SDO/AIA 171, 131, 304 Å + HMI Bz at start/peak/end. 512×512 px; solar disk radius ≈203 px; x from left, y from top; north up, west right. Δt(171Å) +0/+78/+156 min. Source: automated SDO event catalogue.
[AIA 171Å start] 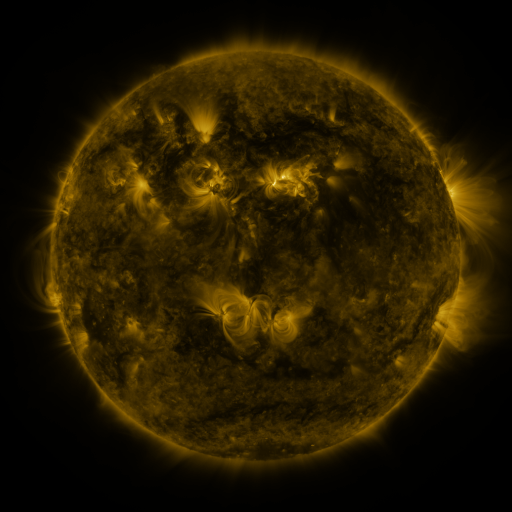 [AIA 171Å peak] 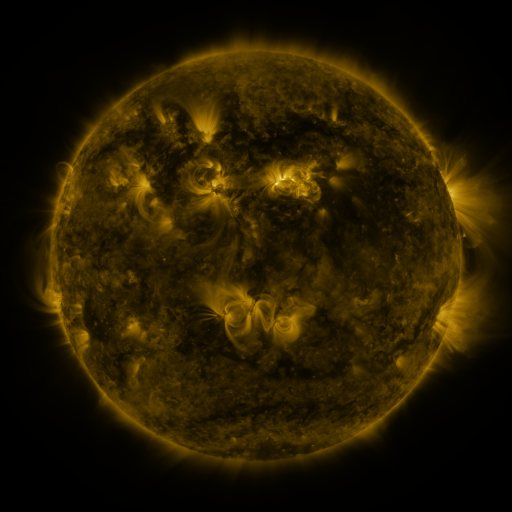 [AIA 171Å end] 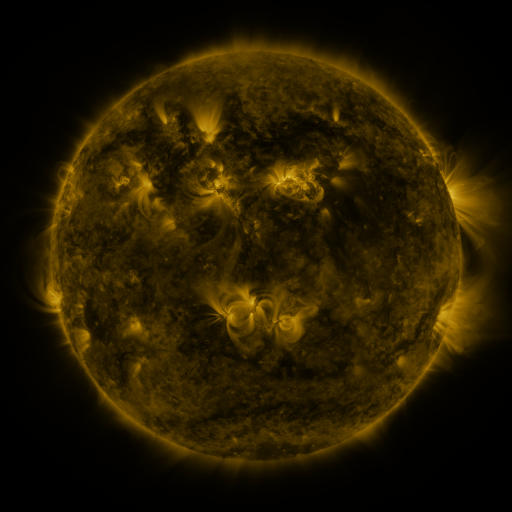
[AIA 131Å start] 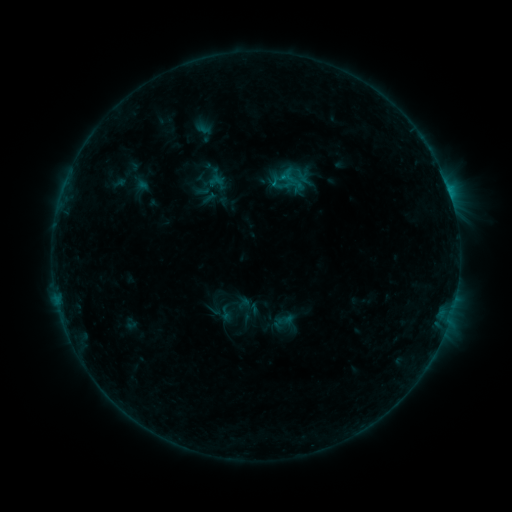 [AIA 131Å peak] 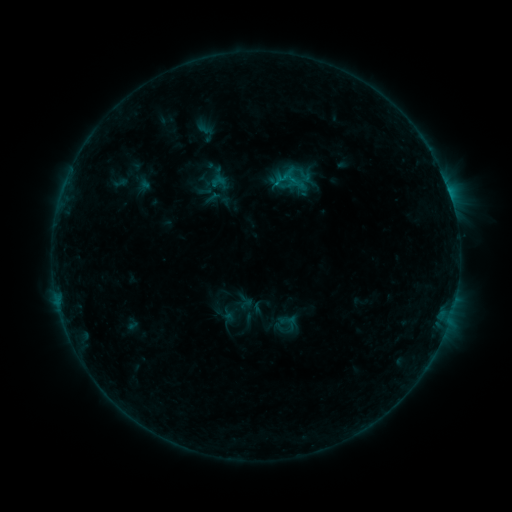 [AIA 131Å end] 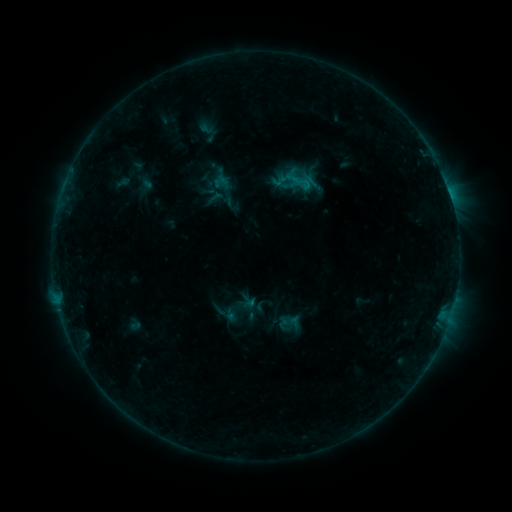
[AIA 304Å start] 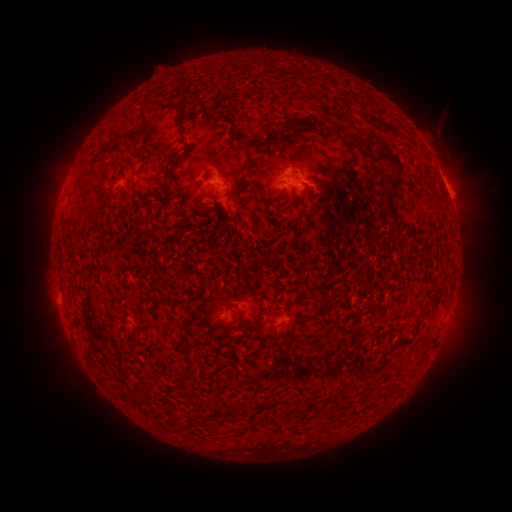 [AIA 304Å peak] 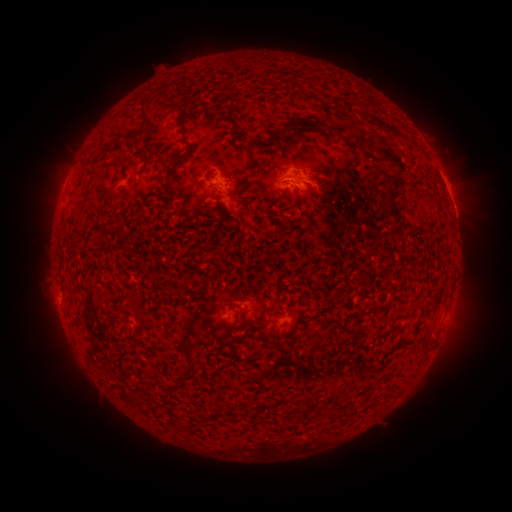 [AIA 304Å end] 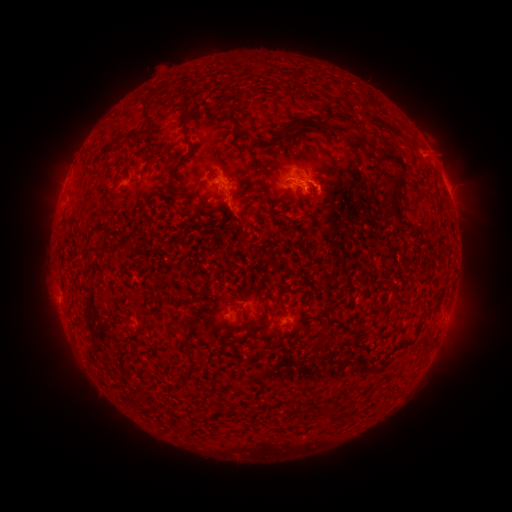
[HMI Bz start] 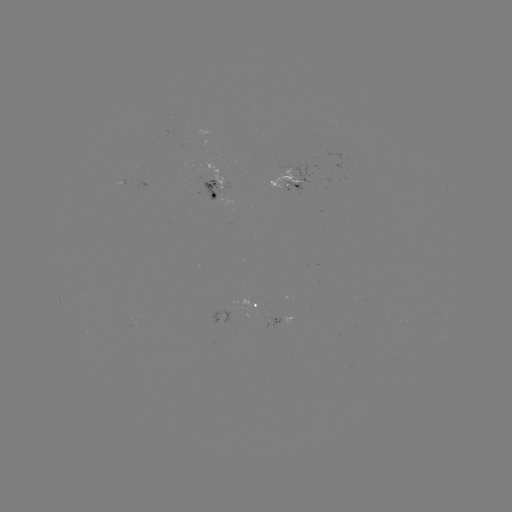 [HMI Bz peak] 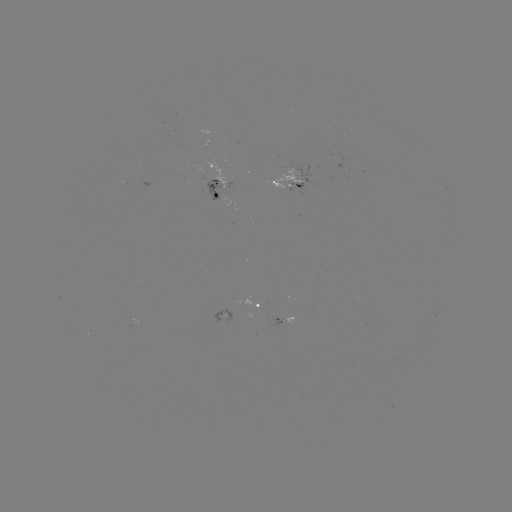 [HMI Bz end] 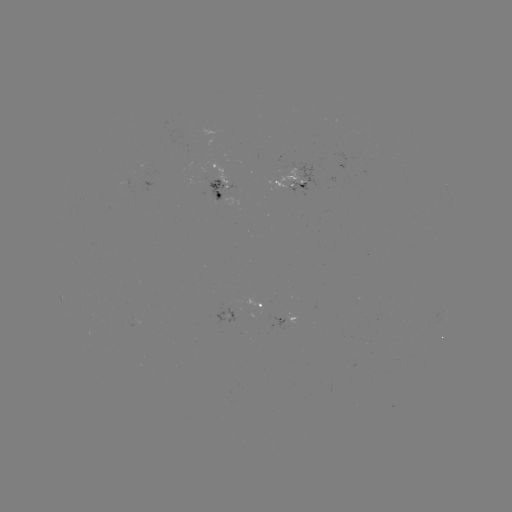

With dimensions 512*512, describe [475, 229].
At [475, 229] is filament eruption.